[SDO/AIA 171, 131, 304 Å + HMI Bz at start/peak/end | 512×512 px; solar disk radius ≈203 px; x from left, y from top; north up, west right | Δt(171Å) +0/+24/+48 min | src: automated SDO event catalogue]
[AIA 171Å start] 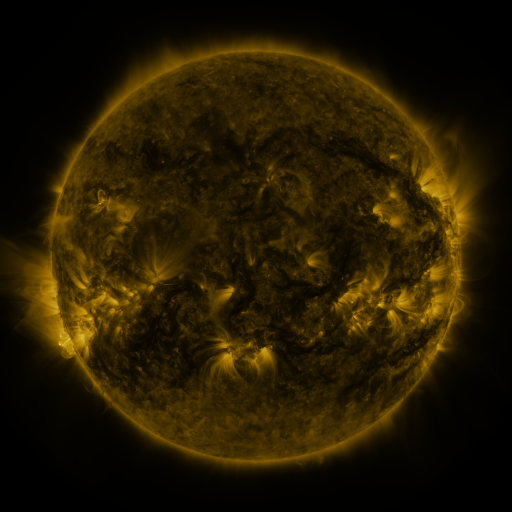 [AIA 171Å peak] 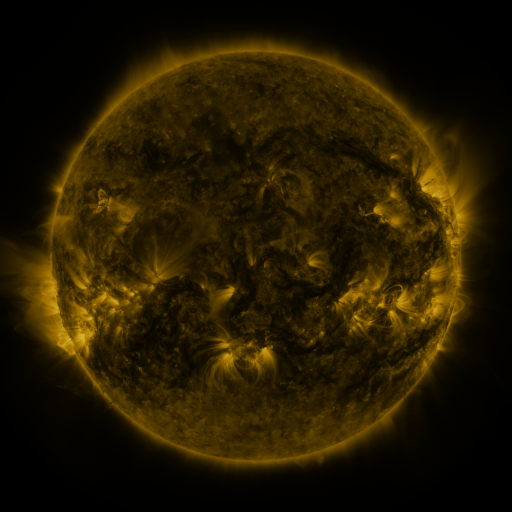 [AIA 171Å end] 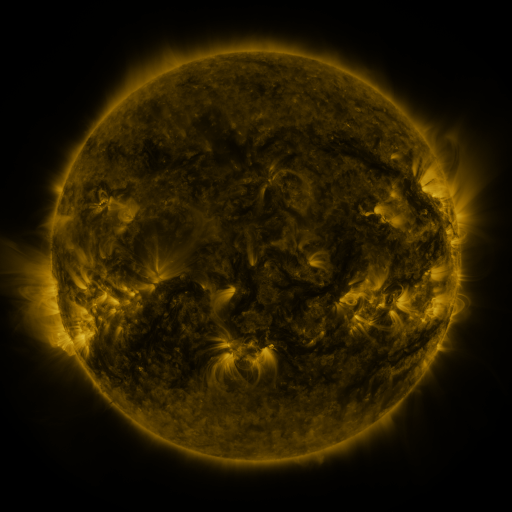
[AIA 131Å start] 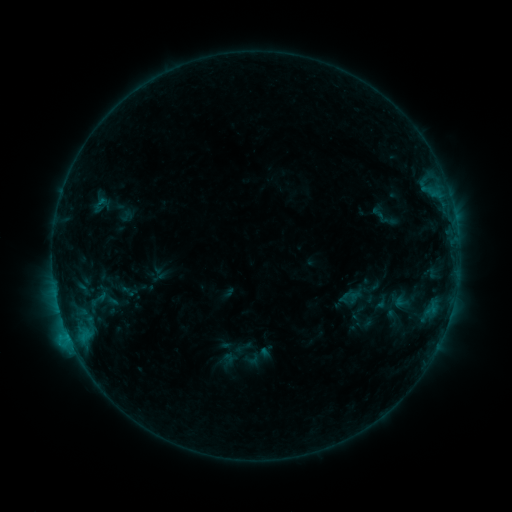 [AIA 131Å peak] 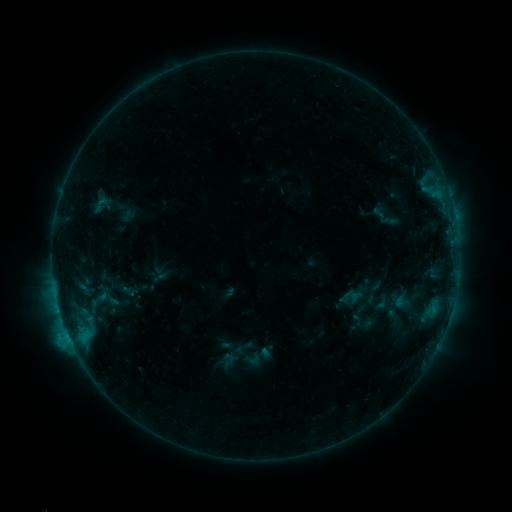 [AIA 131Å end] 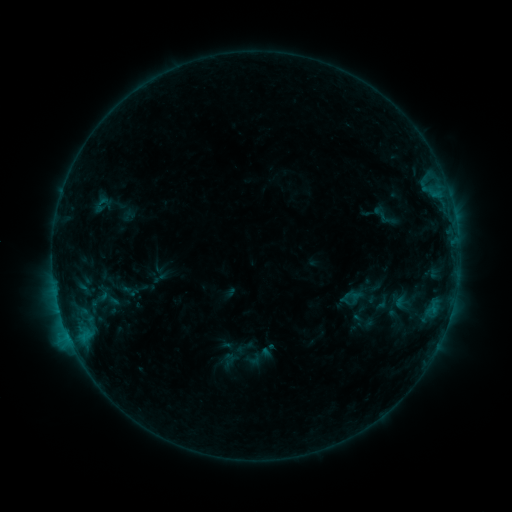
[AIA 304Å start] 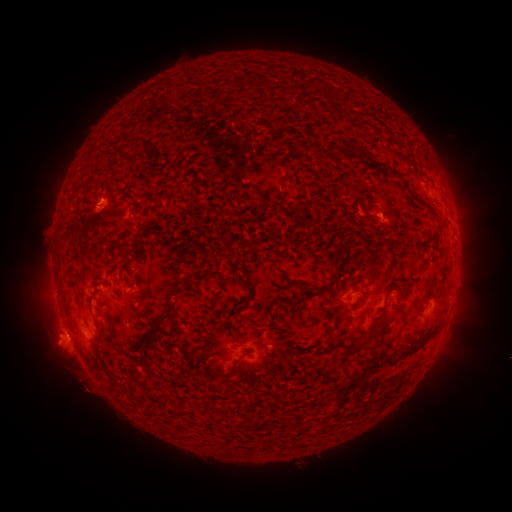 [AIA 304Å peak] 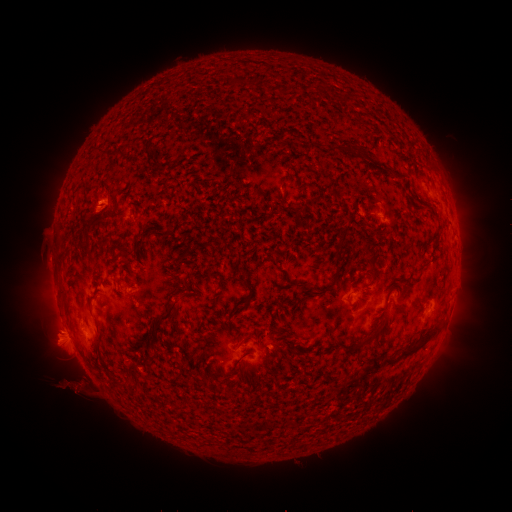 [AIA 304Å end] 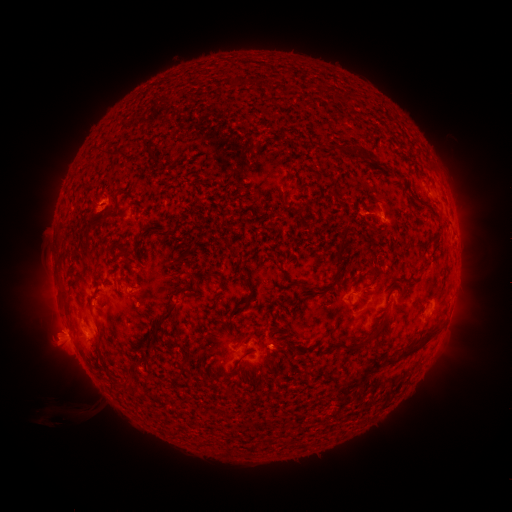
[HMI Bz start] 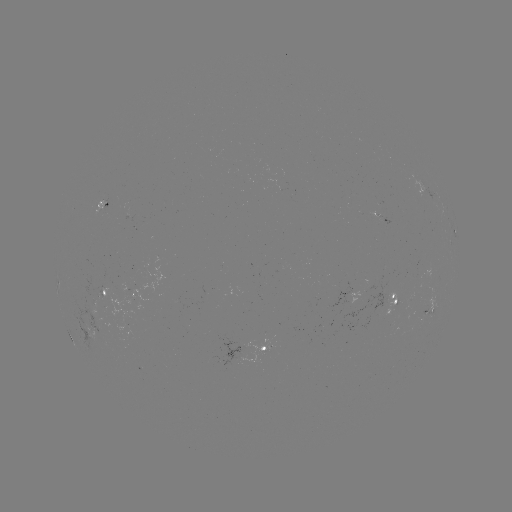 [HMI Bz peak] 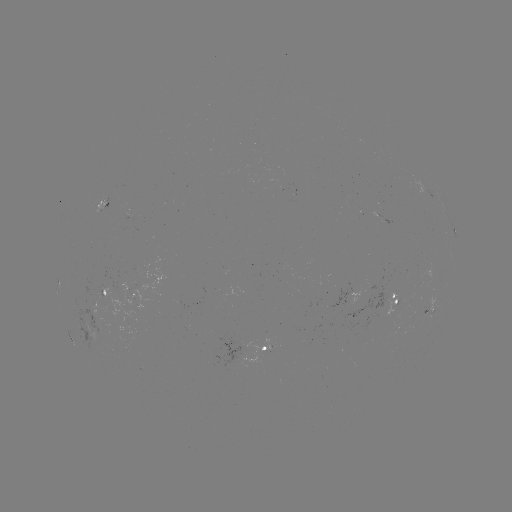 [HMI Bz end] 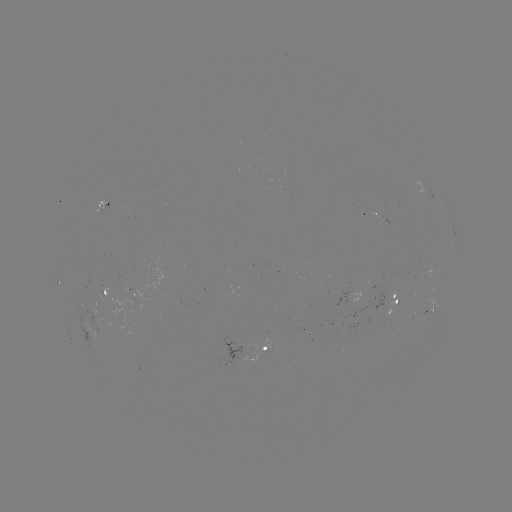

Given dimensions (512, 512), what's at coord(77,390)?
eruption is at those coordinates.